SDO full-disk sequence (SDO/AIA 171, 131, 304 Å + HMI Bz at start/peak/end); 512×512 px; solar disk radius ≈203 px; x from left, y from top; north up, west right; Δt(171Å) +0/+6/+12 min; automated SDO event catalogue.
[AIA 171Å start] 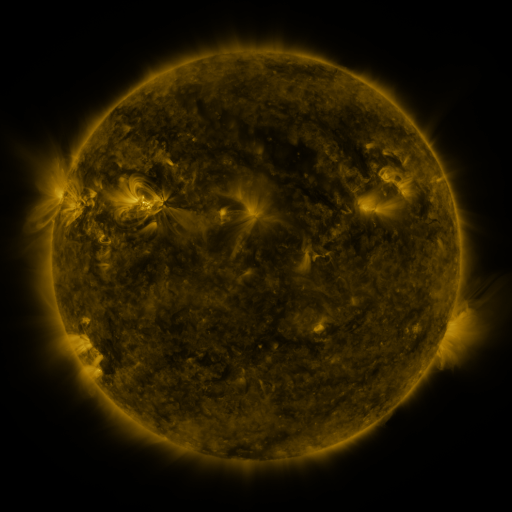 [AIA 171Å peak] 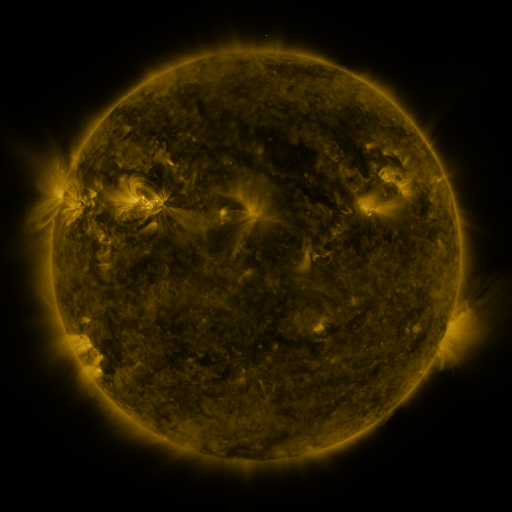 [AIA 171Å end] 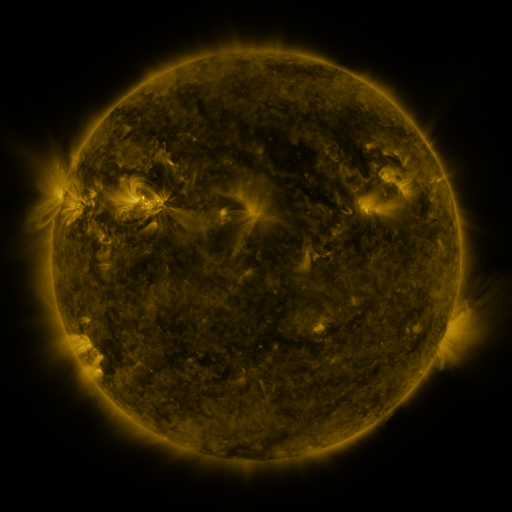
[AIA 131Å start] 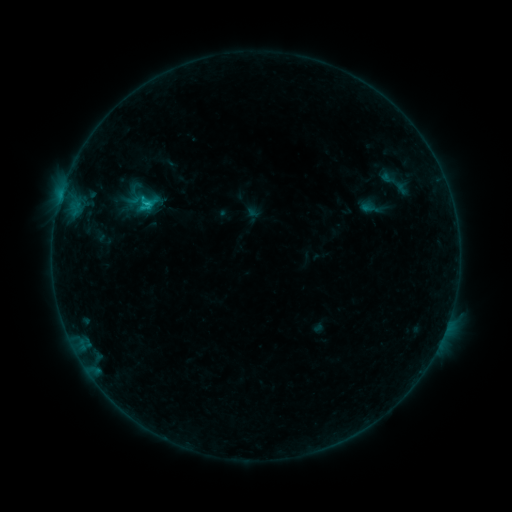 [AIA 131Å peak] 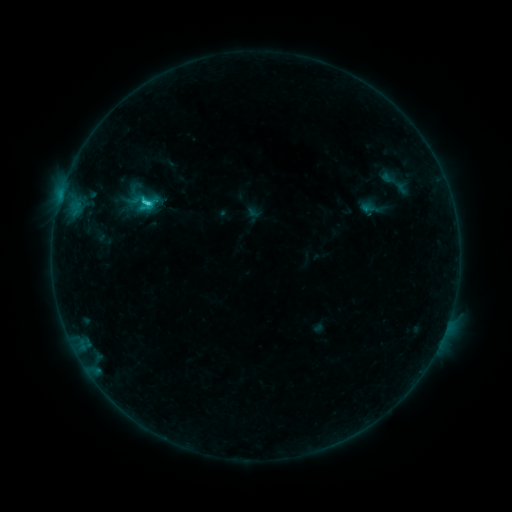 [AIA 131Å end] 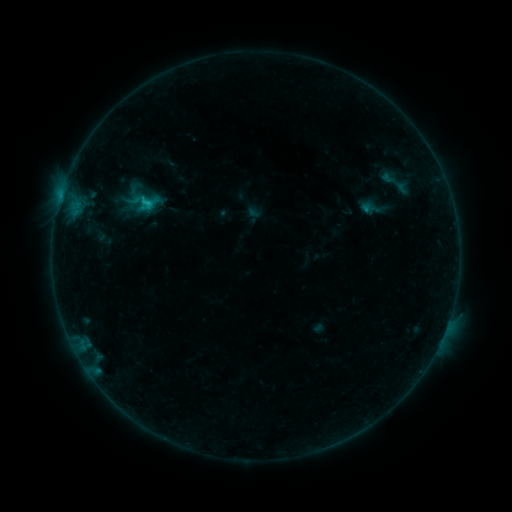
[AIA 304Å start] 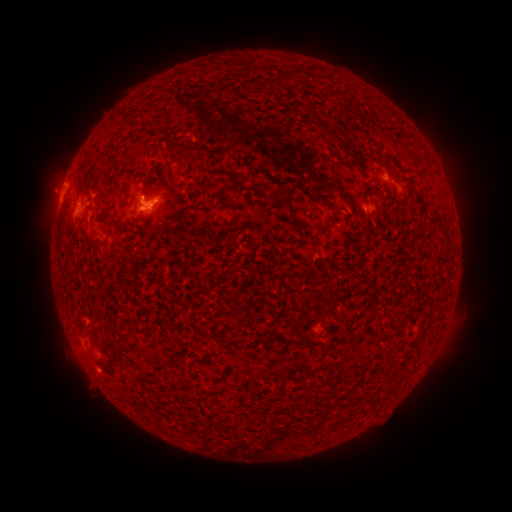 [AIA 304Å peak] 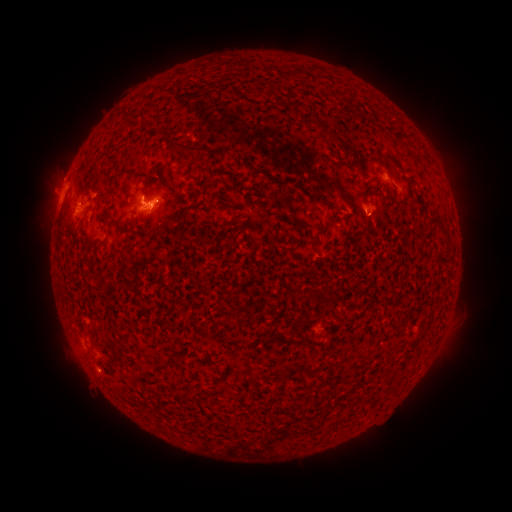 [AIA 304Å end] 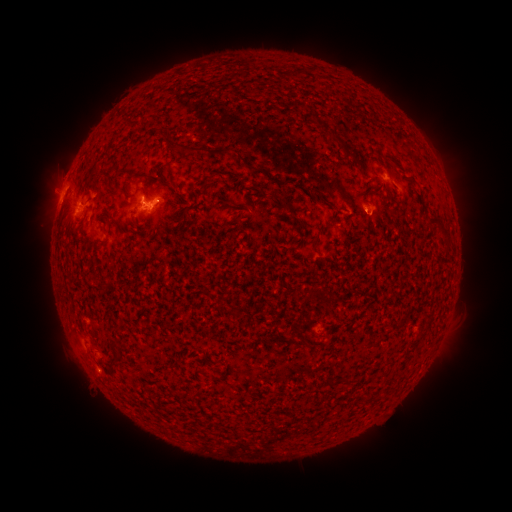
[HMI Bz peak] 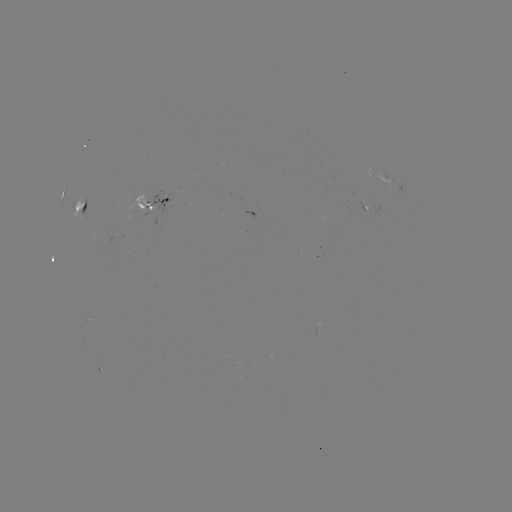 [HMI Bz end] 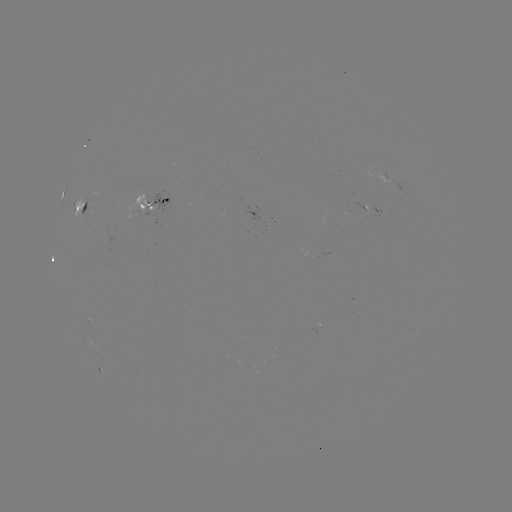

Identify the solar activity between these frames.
C1.6 flare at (148, 205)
